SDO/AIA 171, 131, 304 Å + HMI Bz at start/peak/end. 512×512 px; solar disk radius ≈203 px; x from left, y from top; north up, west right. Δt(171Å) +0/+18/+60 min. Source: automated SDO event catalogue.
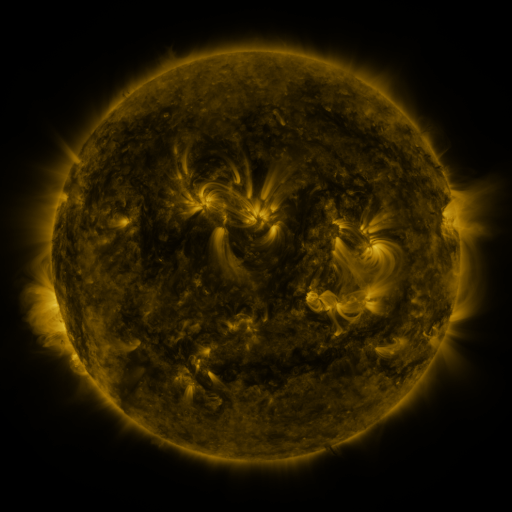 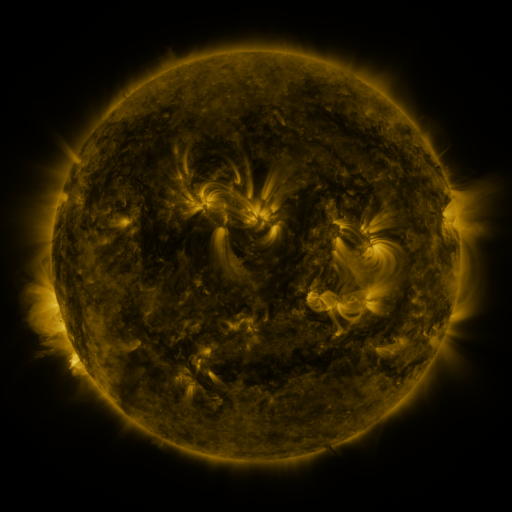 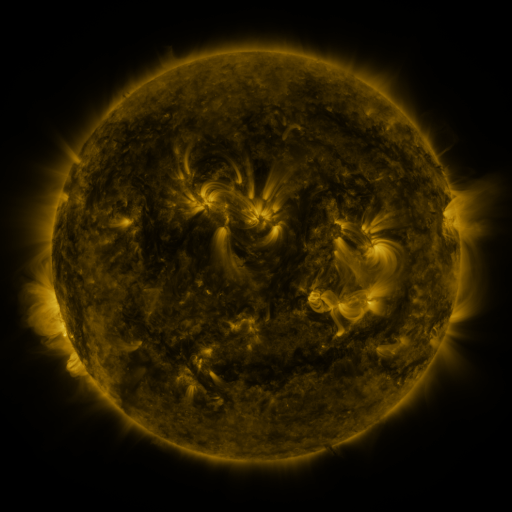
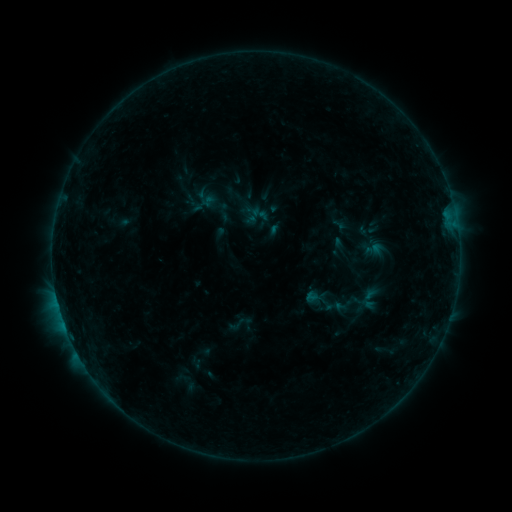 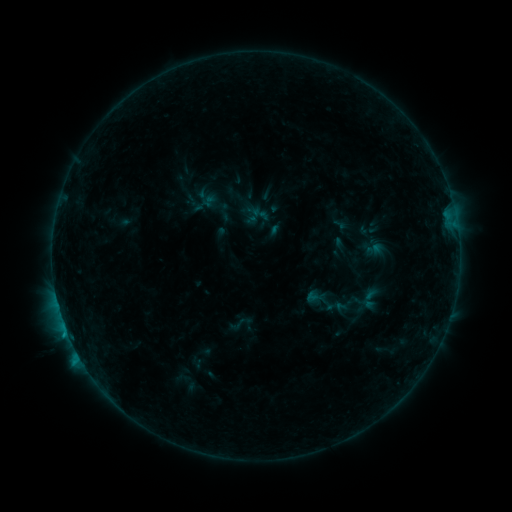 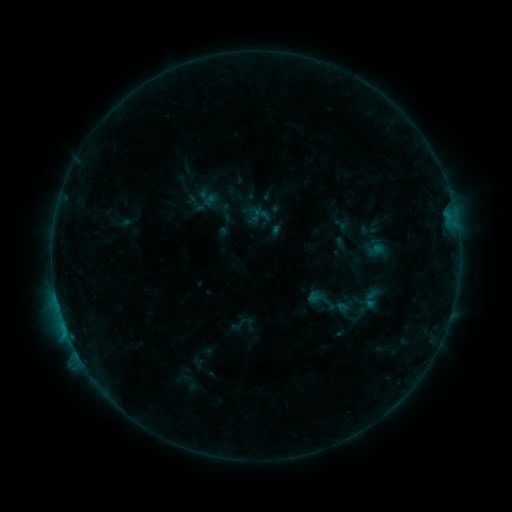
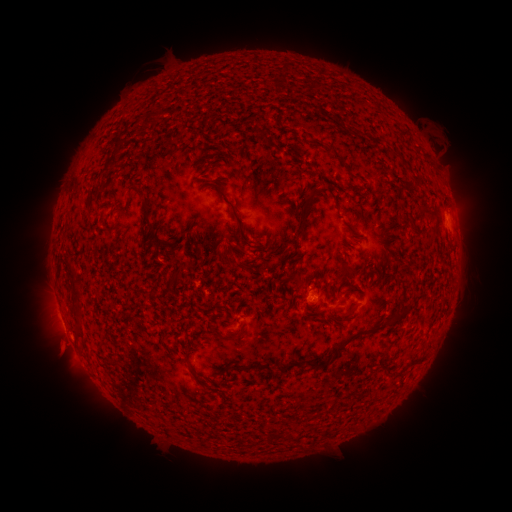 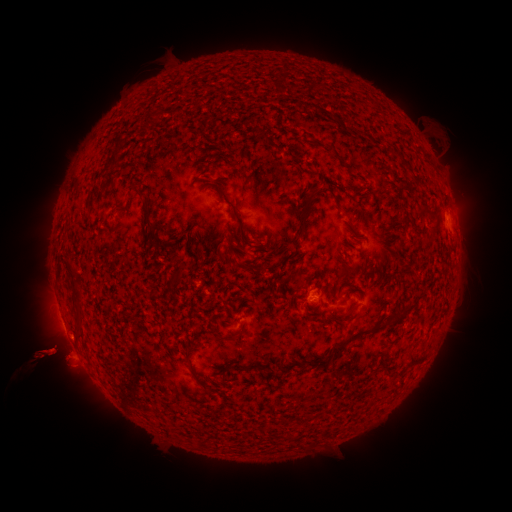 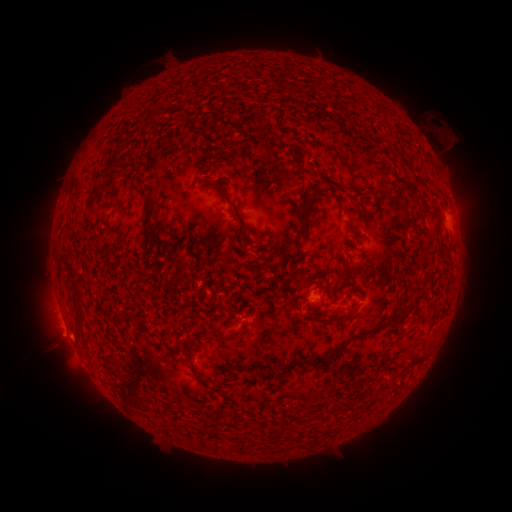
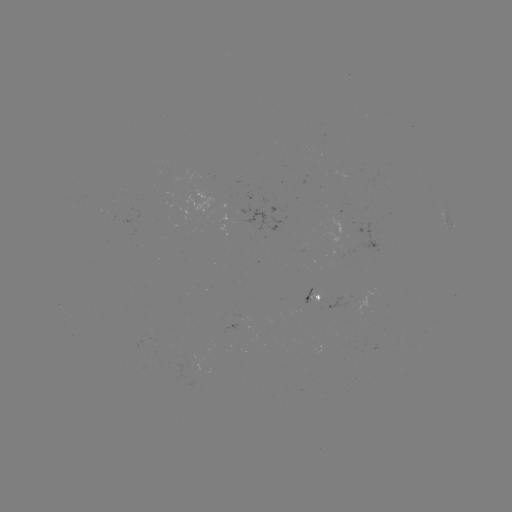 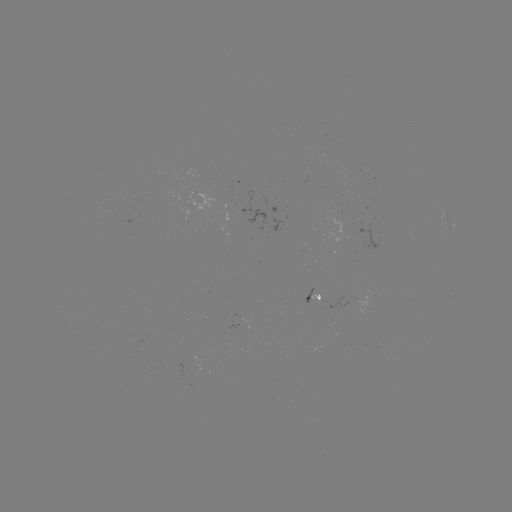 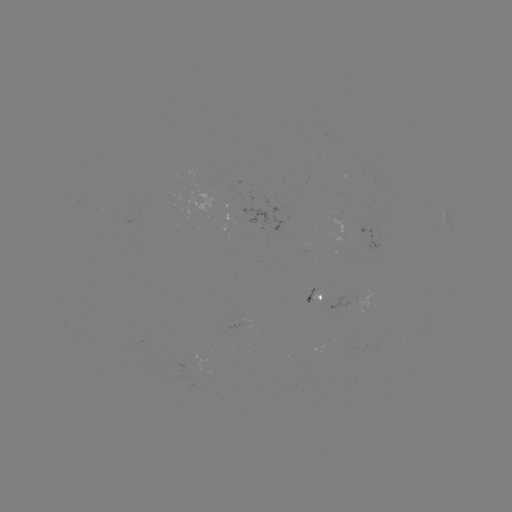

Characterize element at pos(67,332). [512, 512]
B4.4 flare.